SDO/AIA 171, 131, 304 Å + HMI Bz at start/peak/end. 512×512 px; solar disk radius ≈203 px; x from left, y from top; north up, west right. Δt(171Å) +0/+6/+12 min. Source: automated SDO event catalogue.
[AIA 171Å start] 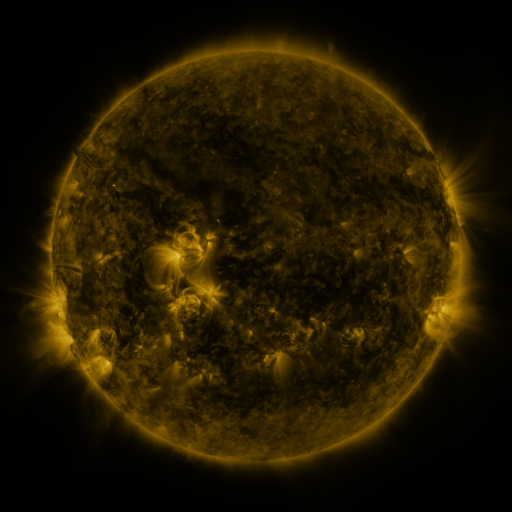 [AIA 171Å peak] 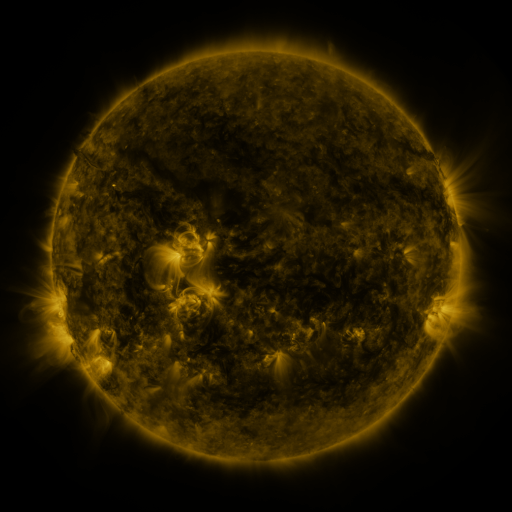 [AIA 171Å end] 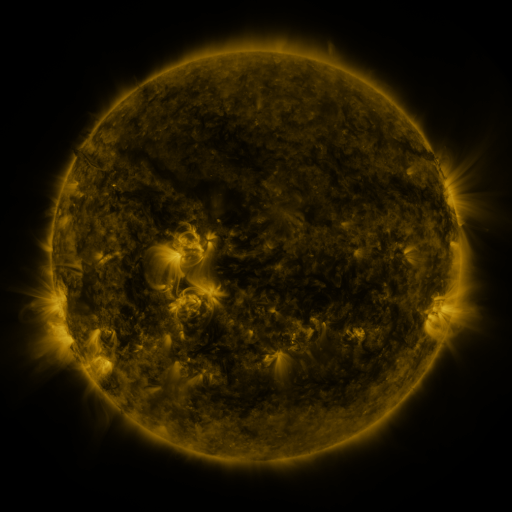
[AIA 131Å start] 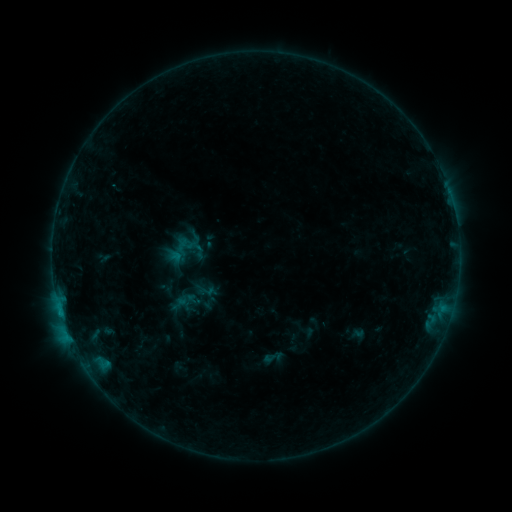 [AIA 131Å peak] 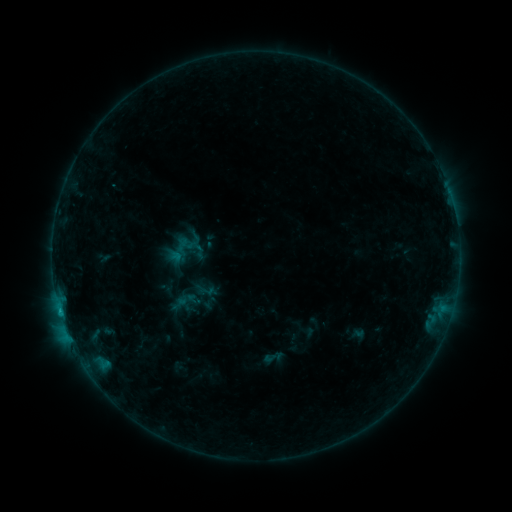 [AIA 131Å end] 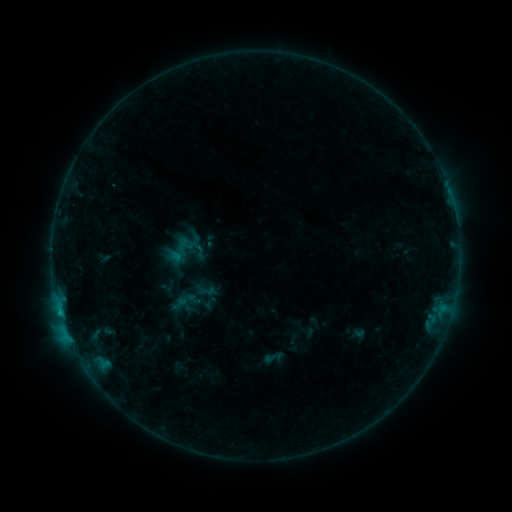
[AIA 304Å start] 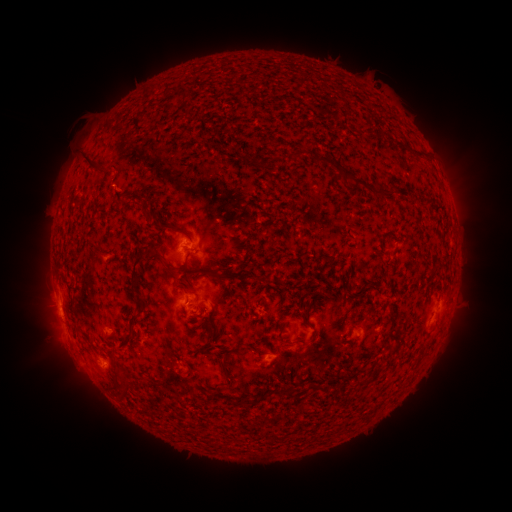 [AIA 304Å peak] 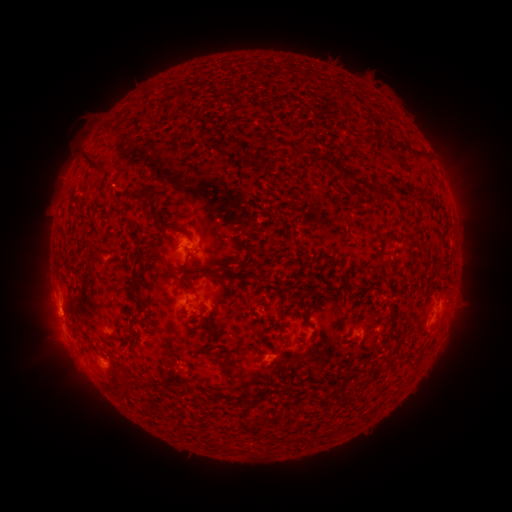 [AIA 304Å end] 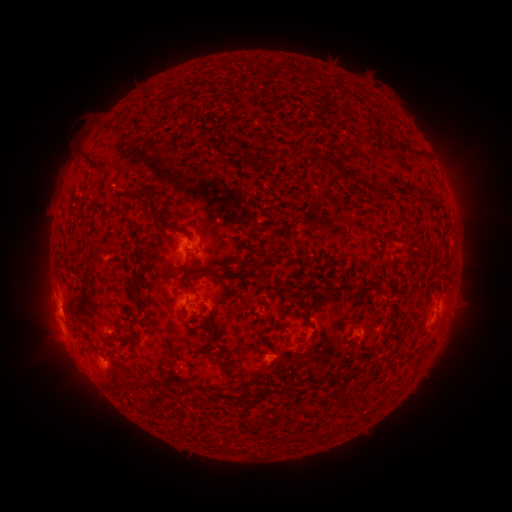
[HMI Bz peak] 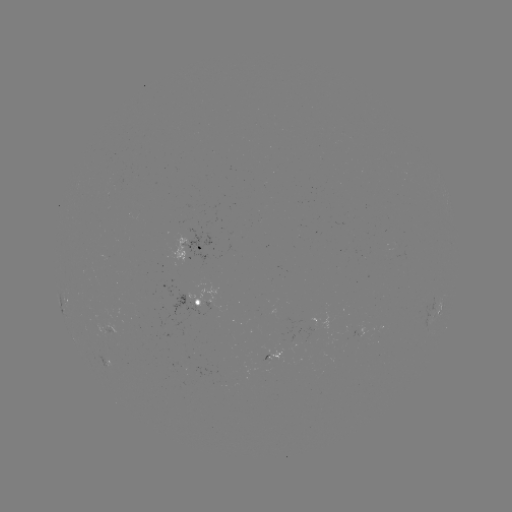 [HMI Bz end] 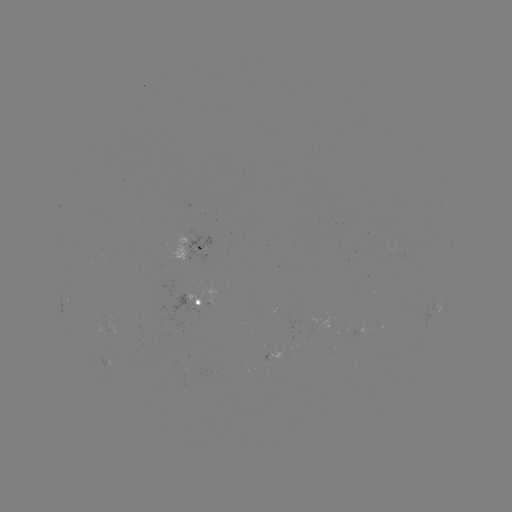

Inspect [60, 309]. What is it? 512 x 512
B7.3 flare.